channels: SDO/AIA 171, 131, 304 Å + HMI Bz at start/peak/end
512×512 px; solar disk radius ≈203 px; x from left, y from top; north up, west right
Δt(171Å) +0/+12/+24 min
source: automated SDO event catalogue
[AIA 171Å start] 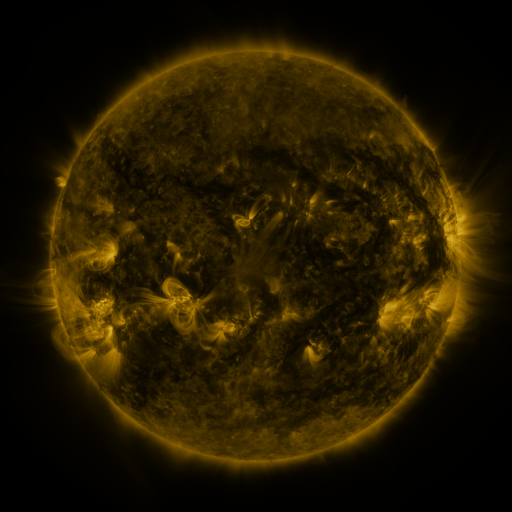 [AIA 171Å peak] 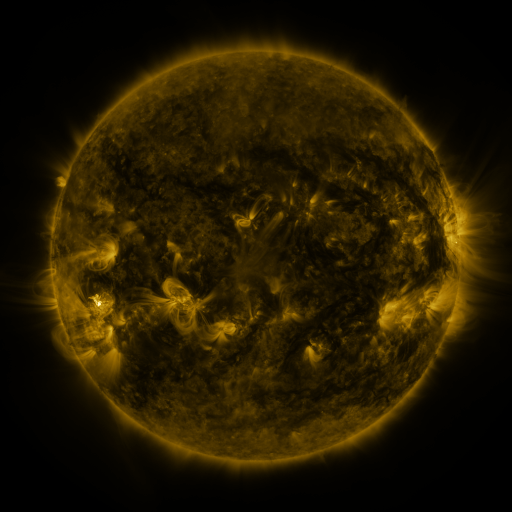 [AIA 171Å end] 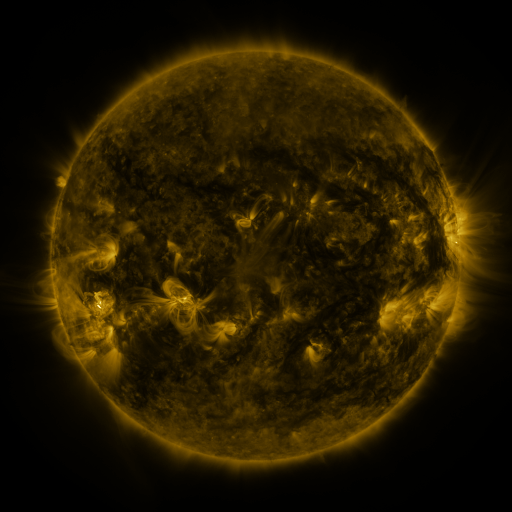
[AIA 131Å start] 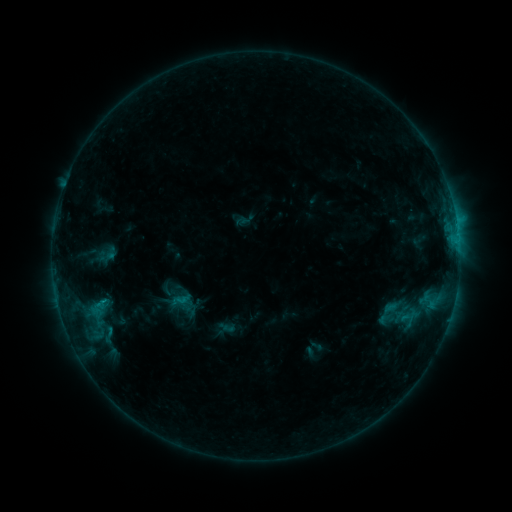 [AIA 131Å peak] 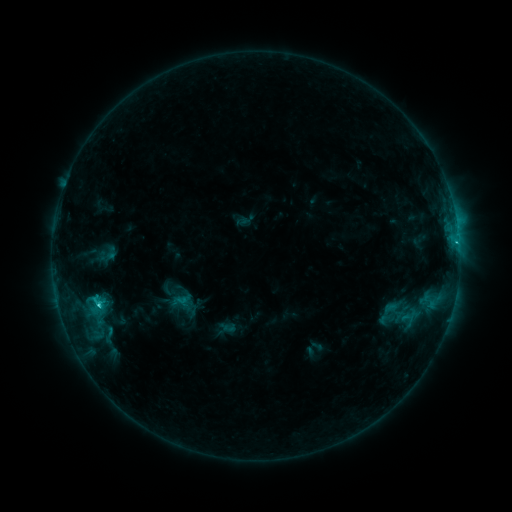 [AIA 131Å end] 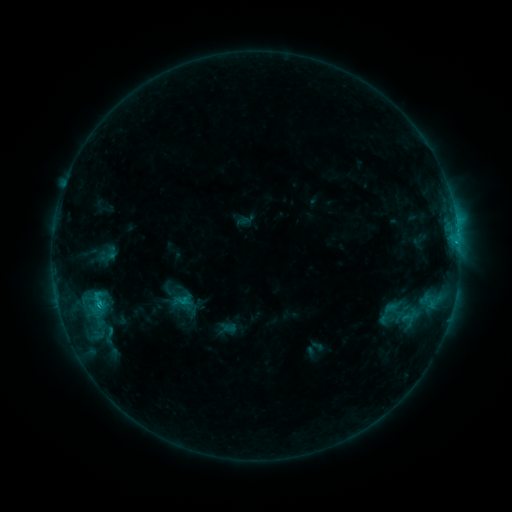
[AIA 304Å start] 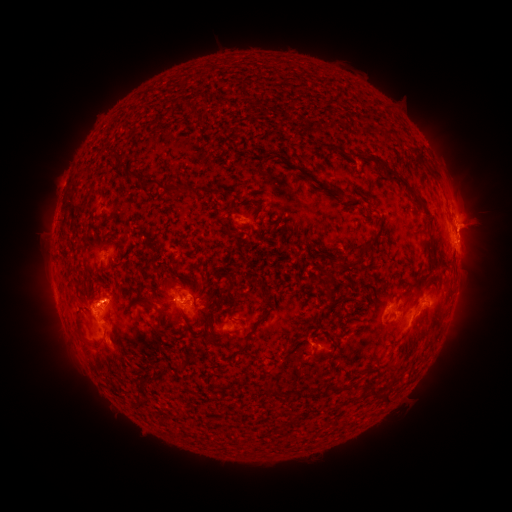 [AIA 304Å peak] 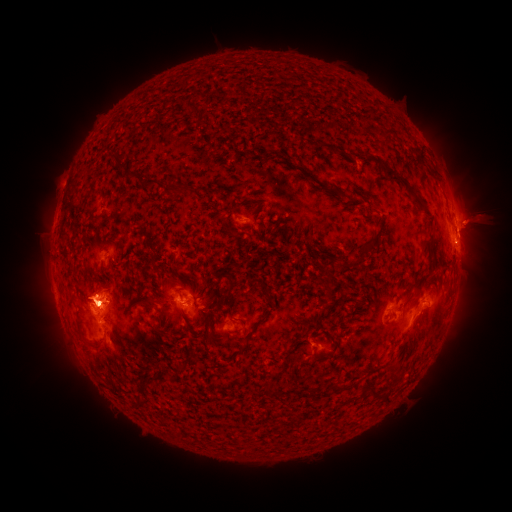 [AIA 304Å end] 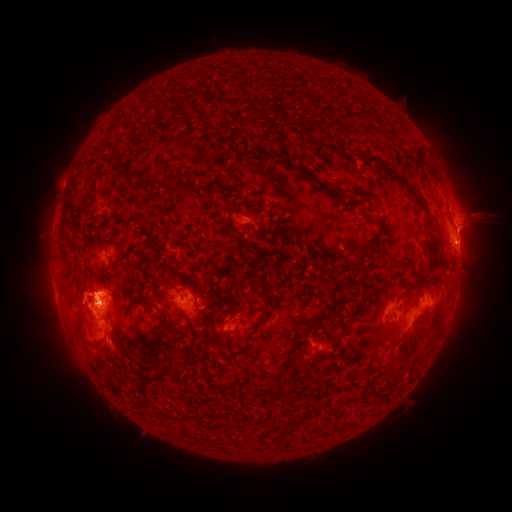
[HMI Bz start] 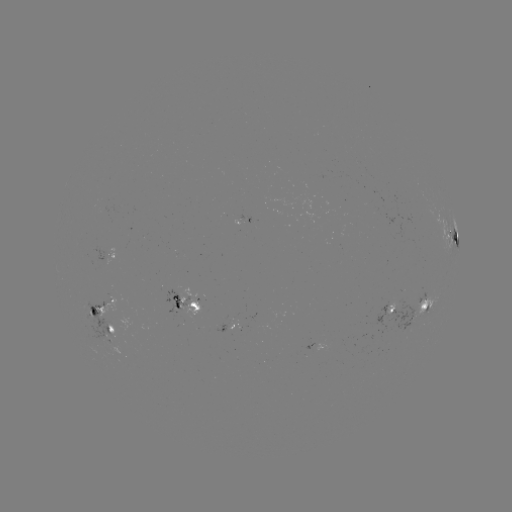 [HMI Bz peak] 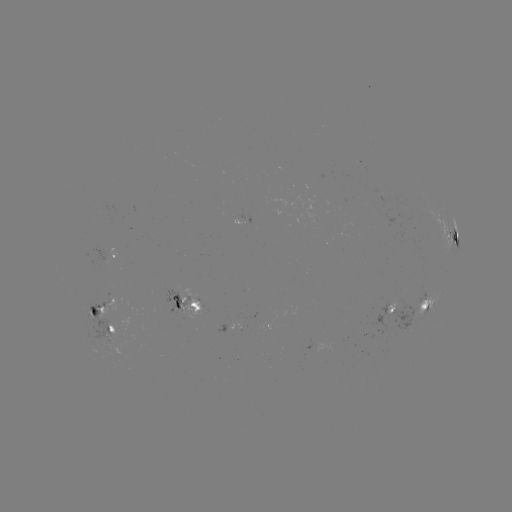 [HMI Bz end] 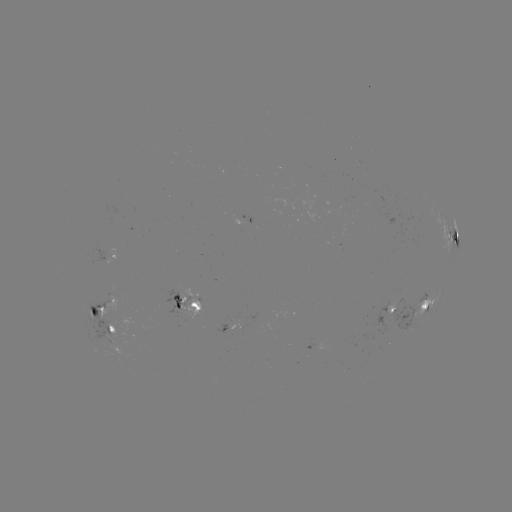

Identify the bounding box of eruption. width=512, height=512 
[13, 268, 56, 321].